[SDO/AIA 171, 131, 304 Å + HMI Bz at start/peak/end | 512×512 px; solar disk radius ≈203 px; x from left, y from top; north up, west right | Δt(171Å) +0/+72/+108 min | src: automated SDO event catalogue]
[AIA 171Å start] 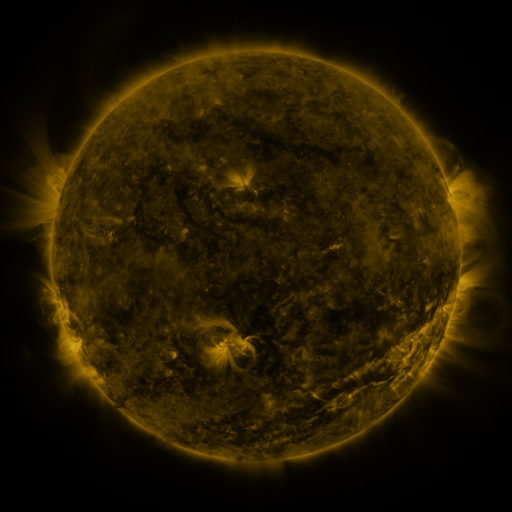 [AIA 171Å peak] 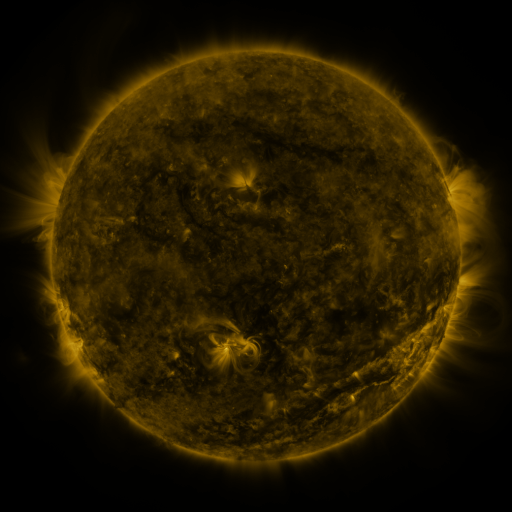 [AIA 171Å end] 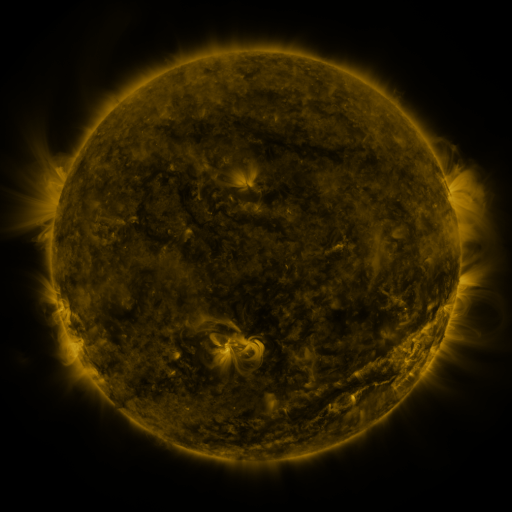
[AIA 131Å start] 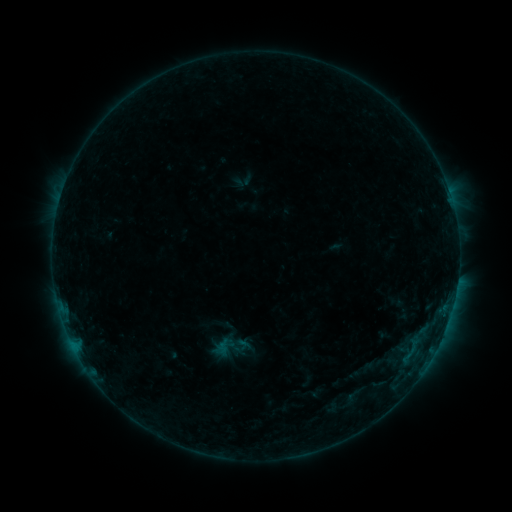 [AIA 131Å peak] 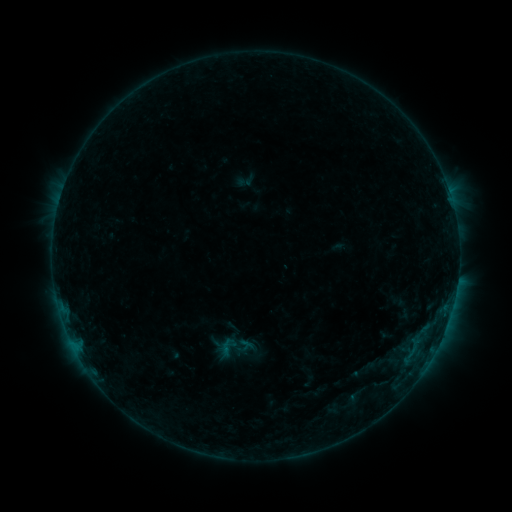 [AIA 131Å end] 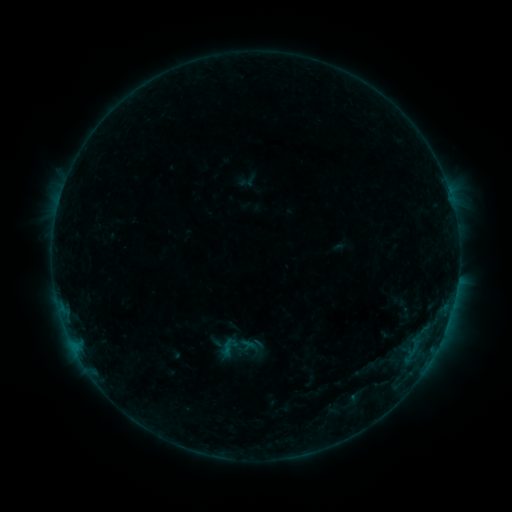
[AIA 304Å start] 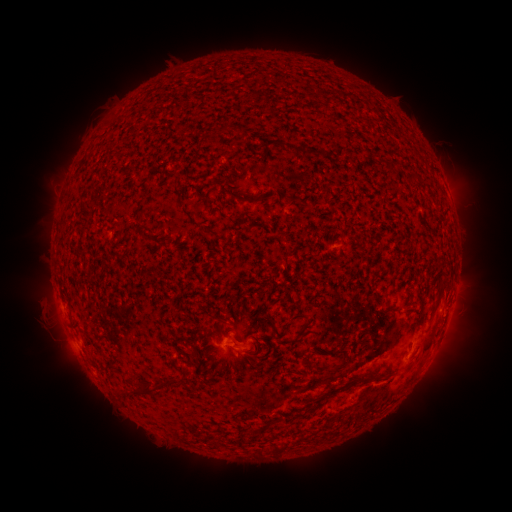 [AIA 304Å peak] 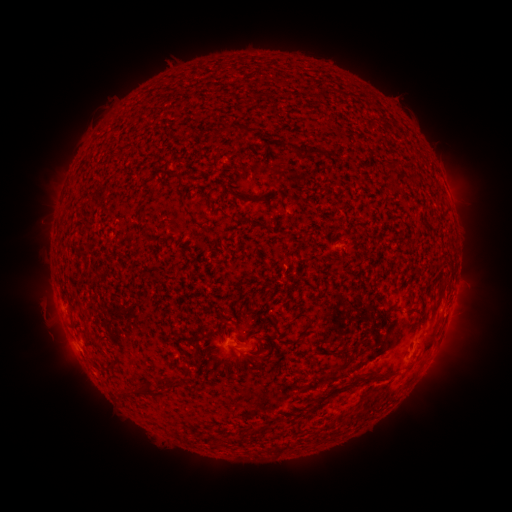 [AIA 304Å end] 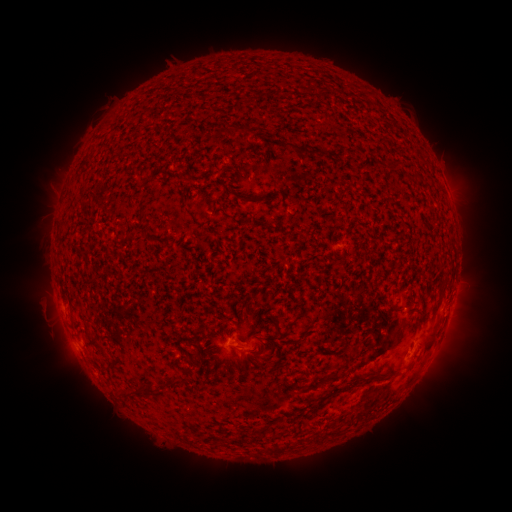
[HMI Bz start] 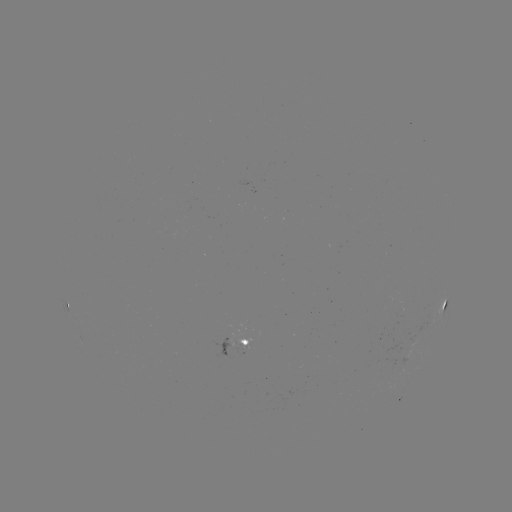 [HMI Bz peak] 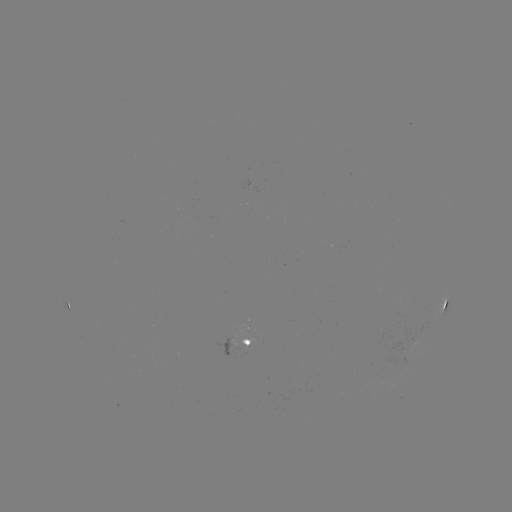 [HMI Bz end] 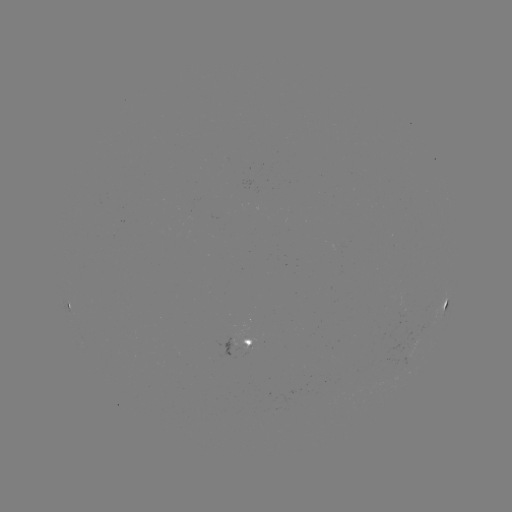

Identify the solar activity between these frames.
emerging-flux region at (231, 344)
